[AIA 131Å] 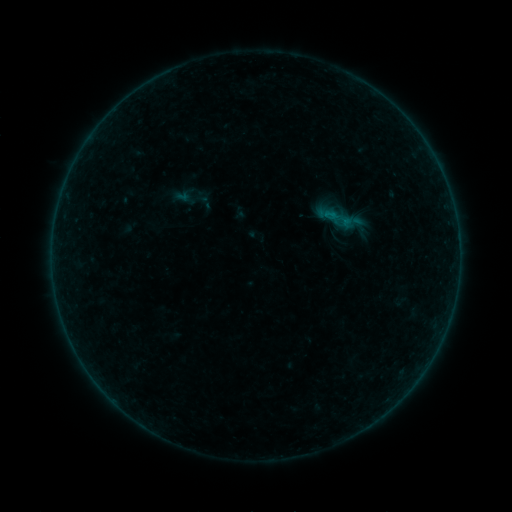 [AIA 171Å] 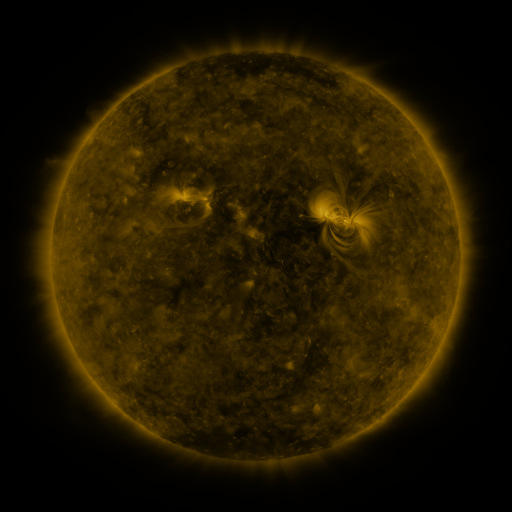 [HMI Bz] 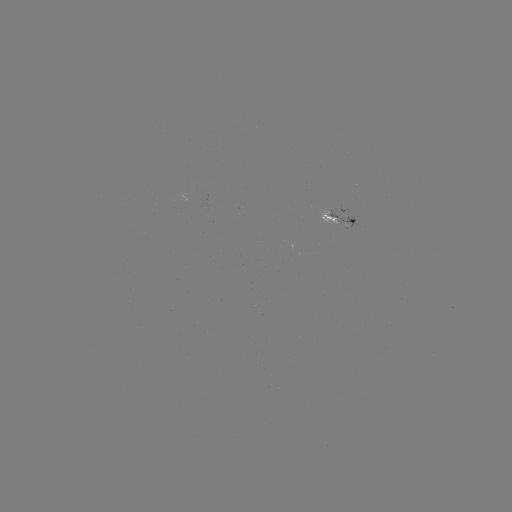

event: sigmoid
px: (340, 219)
